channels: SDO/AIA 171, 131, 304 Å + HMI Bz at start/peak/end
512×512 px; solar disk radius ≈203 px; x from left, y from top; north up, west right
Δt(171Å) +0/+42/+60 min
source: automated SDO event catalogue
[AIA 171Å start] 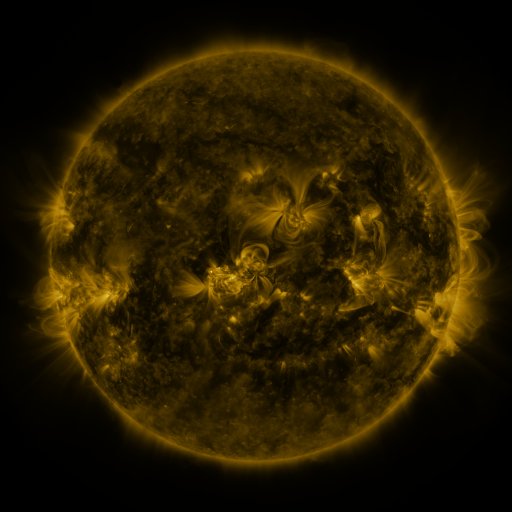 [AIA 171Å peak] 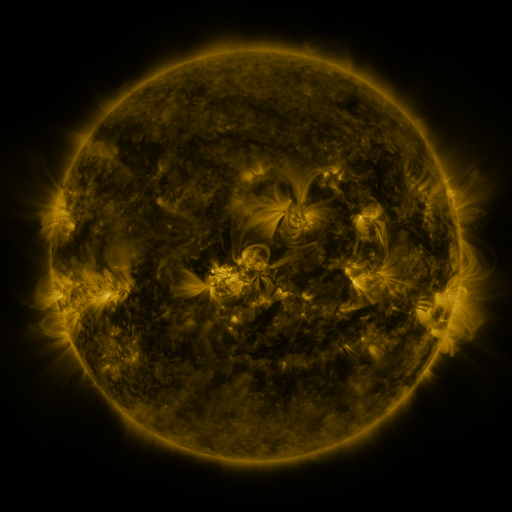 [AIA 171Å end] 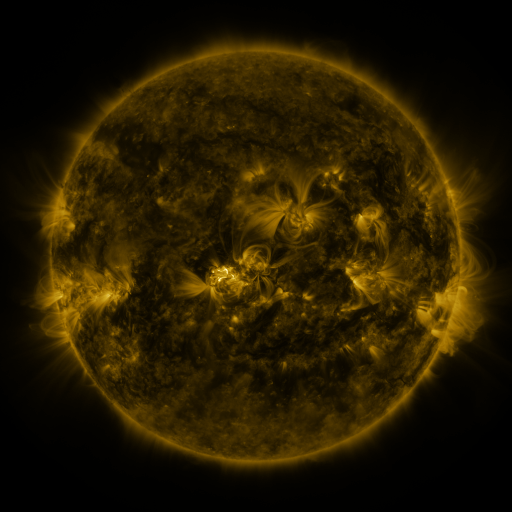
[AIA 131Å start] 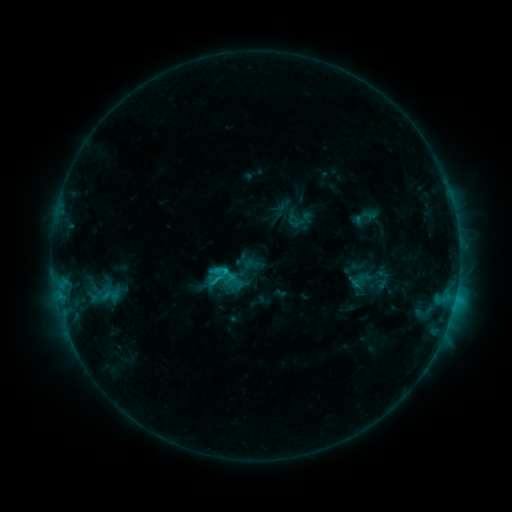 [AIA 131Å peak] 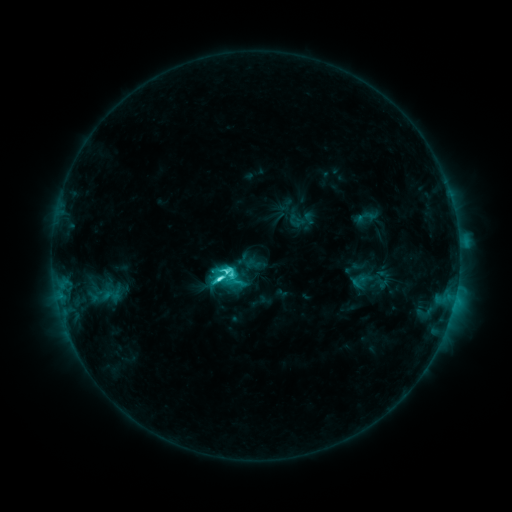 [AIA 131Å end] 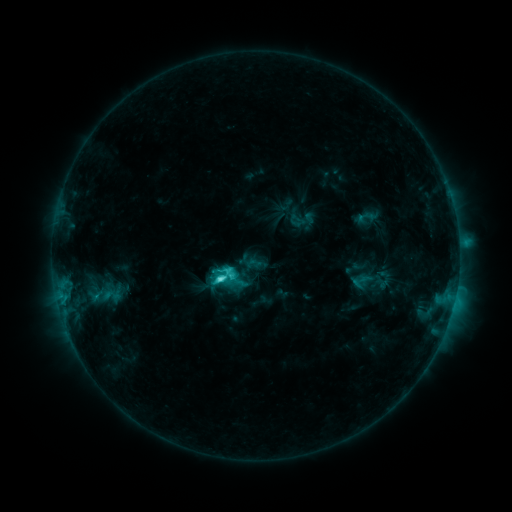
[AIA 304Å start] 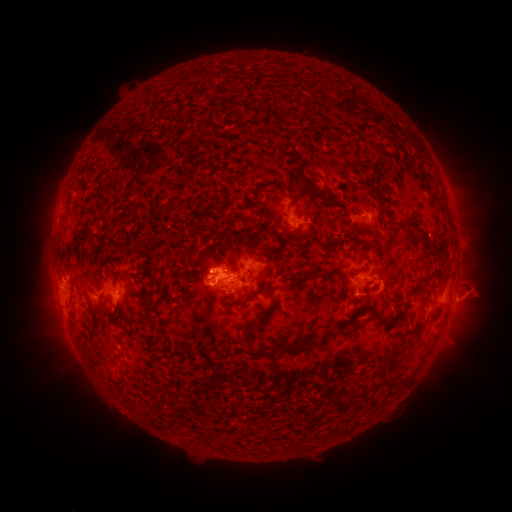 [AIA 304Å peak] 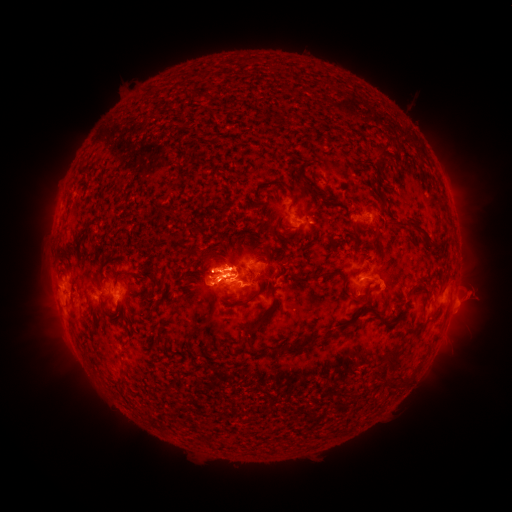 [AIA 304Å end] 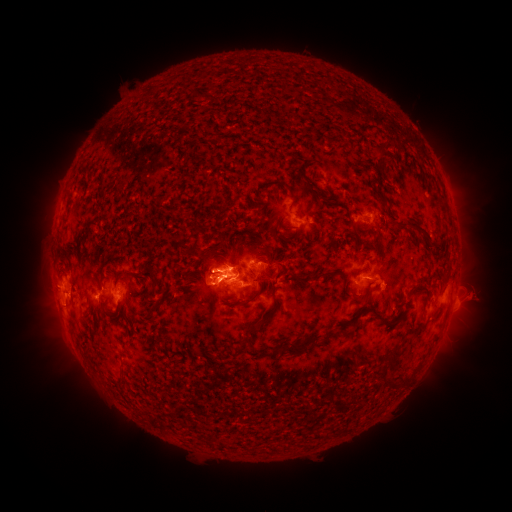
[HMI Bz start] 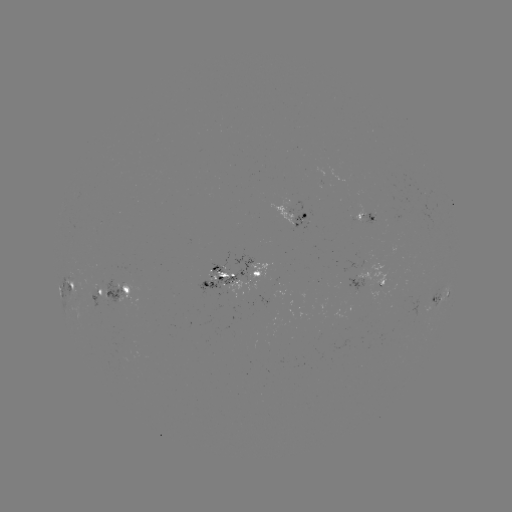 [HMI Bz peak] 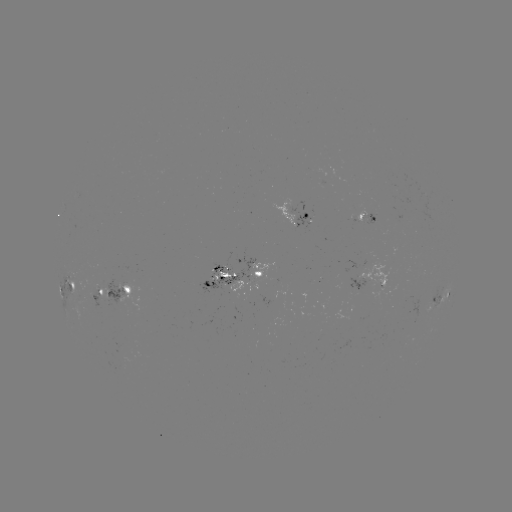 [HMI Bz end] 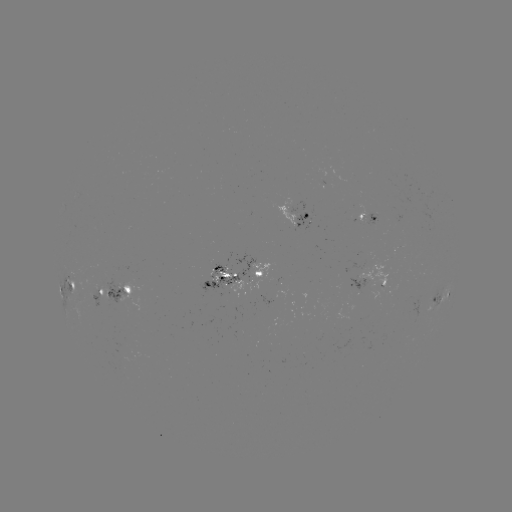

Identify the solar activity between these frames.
C8.4 flare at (221, 278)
